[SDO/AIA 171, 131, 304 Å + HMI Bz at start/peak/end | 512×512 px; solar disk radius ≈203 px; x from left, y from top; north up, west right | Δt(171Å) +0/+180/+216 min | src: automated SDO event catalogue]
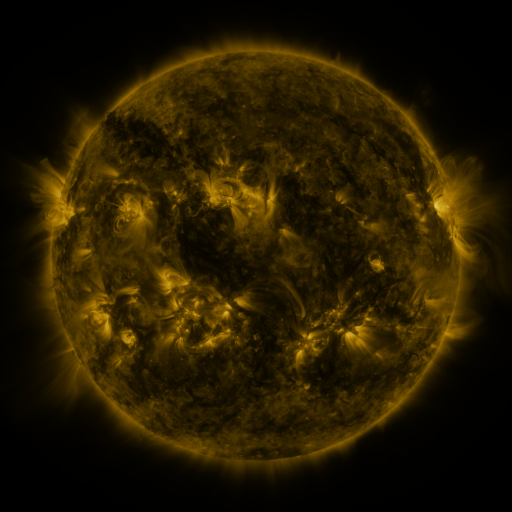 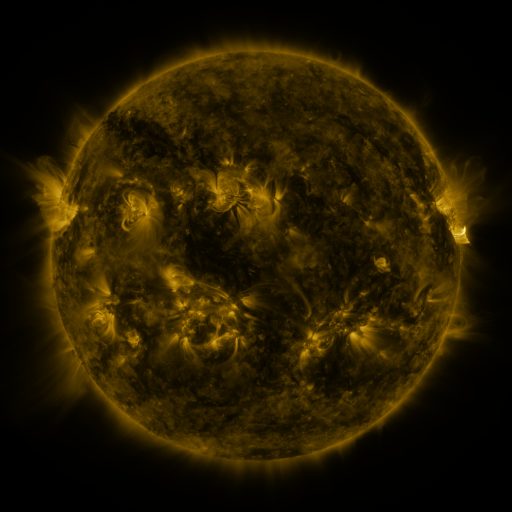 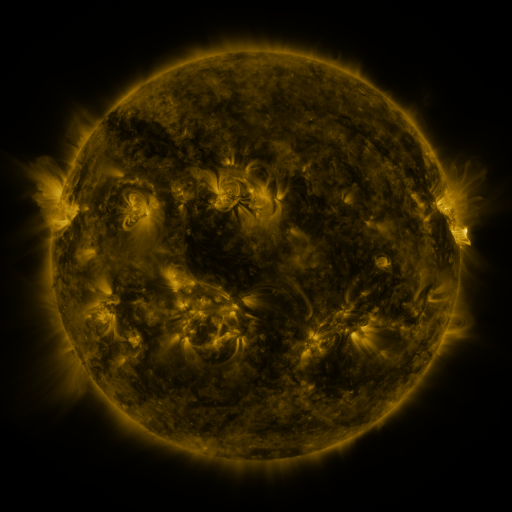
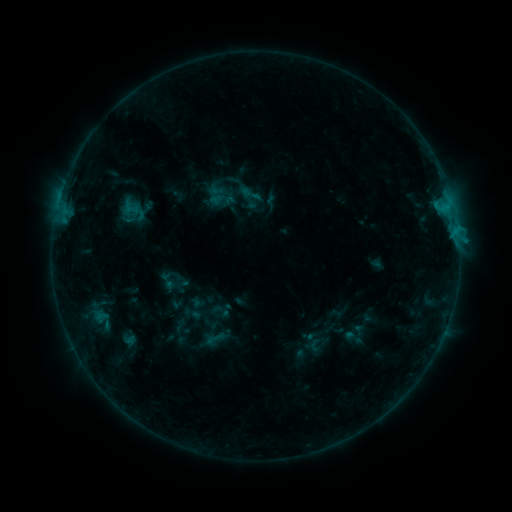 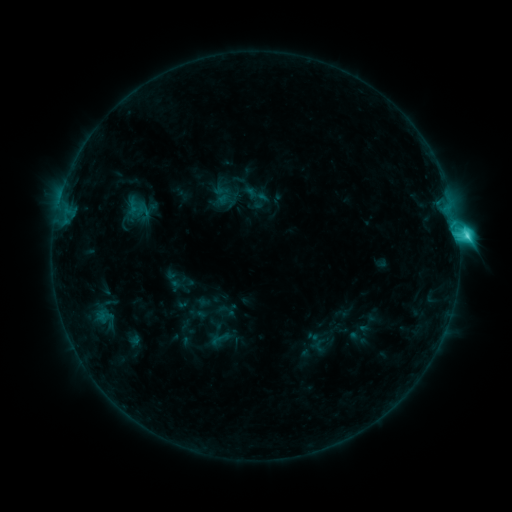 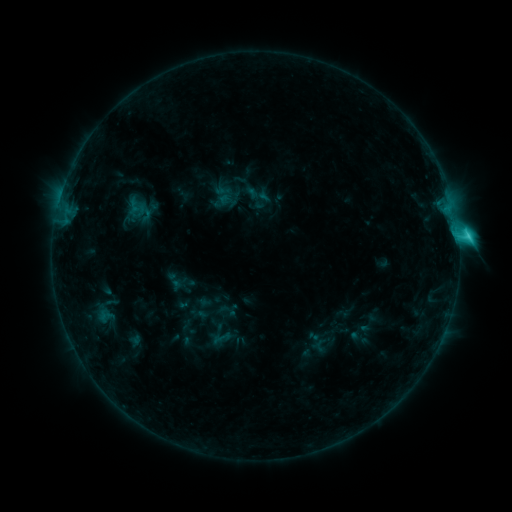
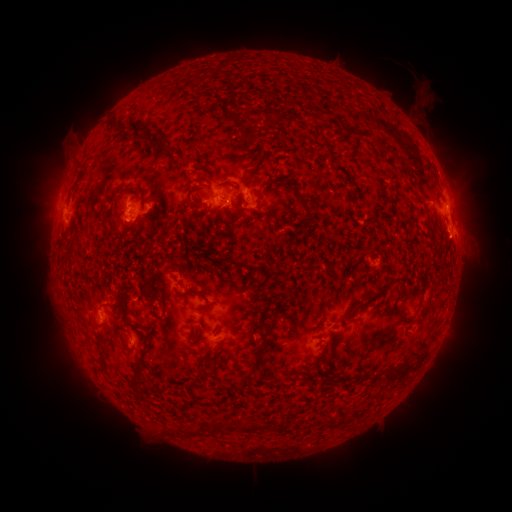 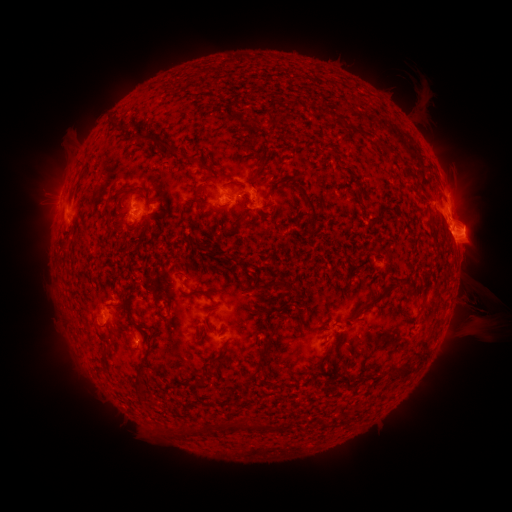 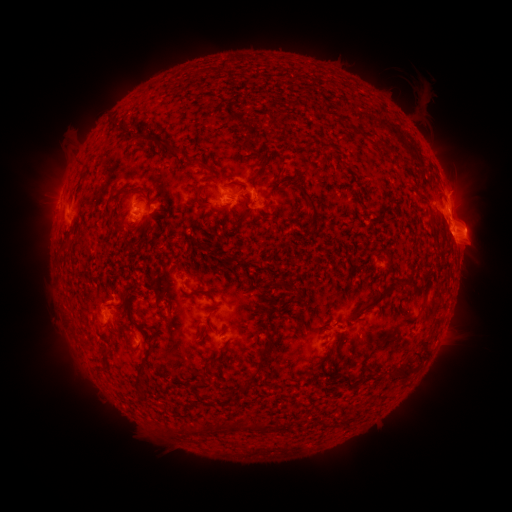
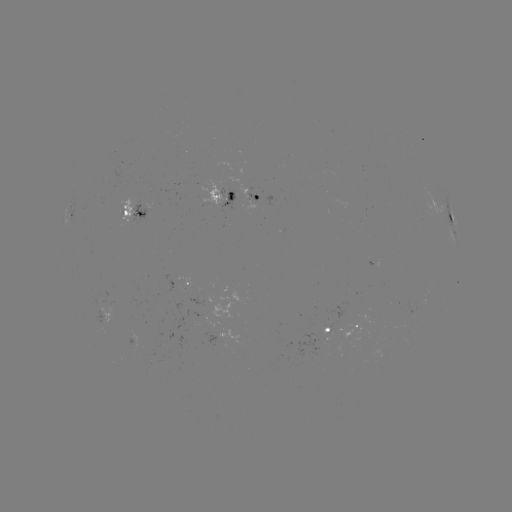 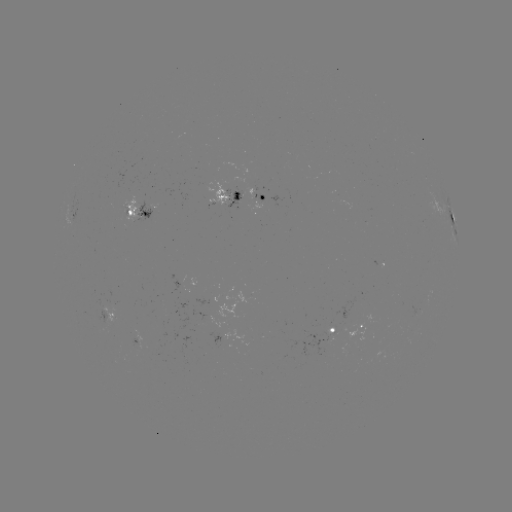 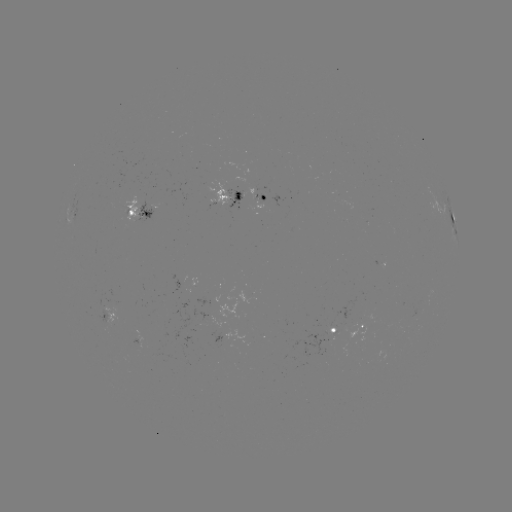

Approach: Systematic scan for emerging-flux region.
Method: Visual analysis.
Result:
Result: emerging-flux region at (221, 200).